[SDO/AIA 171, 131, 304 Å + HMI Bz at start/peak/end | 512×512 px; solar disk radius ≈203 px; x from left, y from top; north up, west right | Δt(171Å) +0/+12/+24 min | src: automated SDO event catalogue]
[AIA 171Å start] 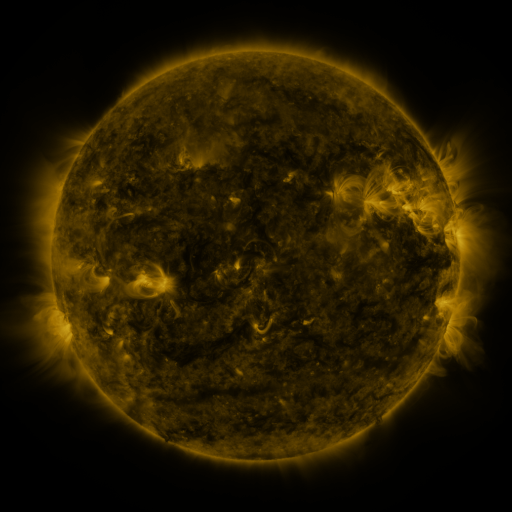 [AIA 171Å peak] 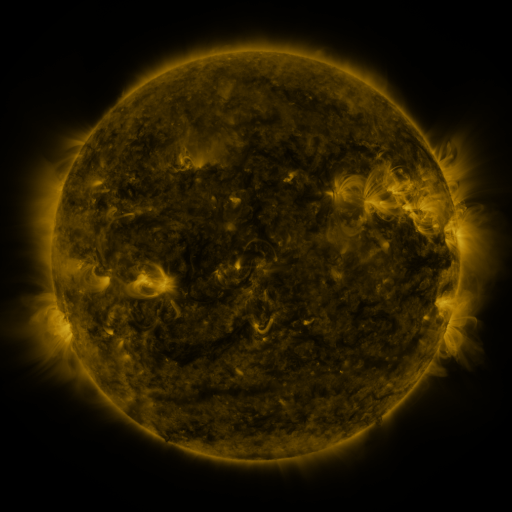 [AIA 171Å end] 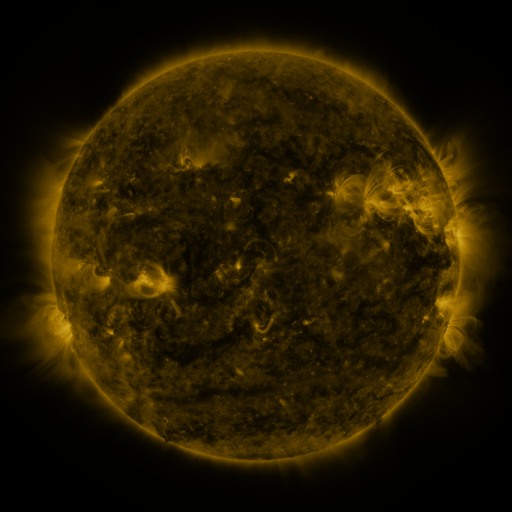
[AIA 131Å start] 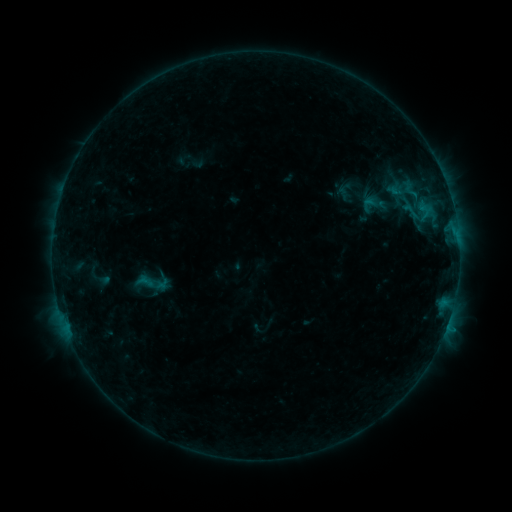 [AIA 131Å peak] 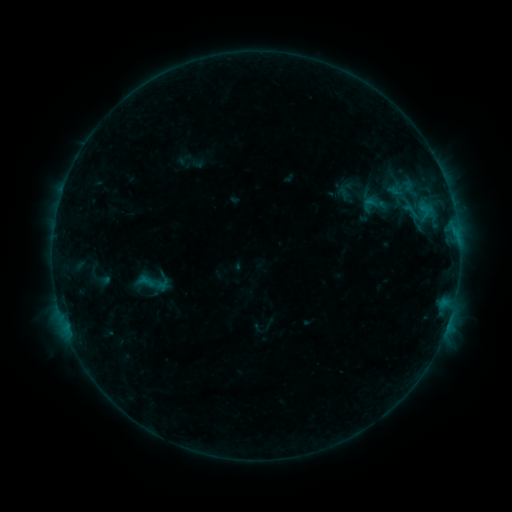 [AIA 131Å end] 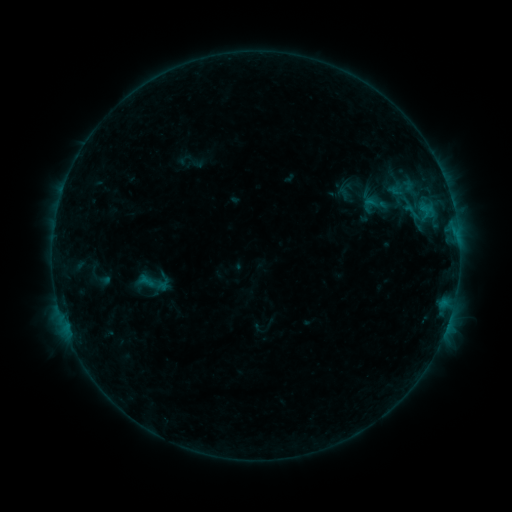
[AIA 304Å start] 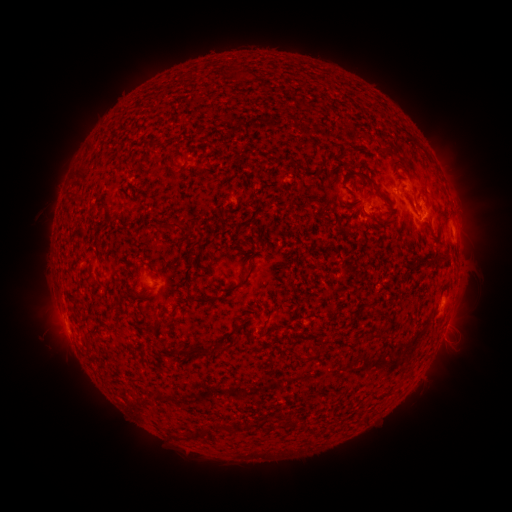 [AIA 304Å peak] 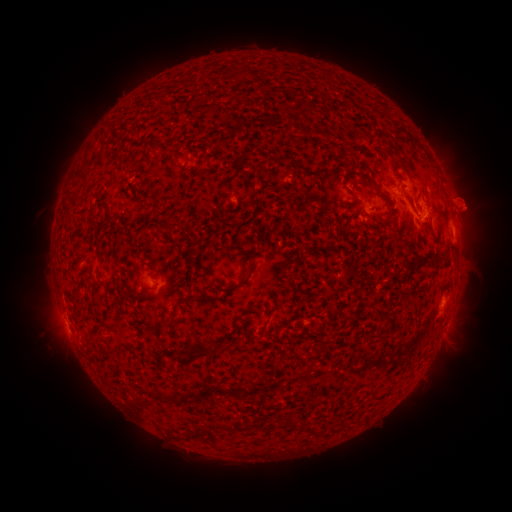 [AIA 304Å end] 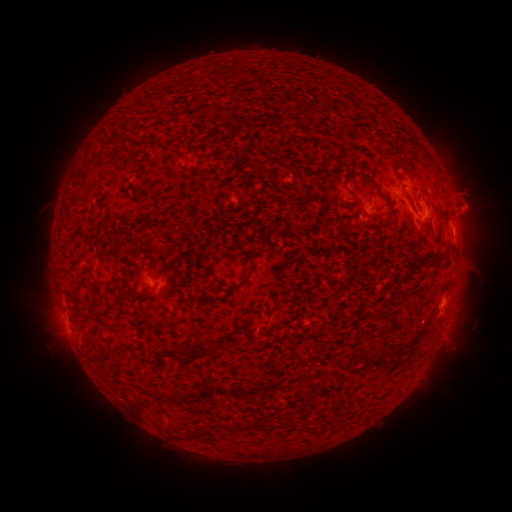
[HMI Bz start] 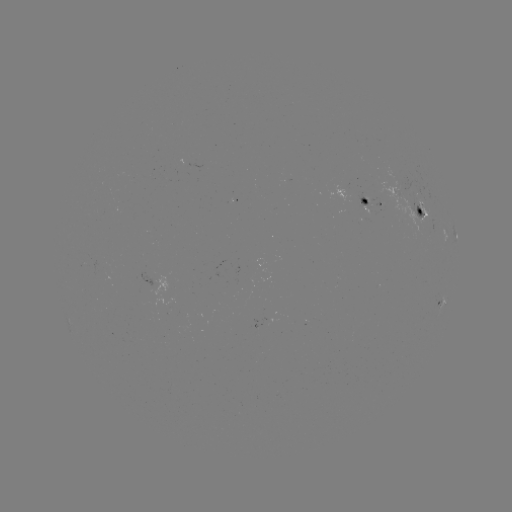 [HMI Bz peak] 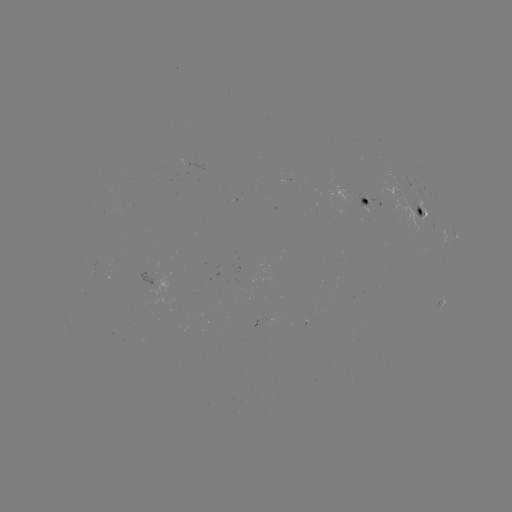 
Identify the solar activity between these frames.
eruption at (470, 197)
